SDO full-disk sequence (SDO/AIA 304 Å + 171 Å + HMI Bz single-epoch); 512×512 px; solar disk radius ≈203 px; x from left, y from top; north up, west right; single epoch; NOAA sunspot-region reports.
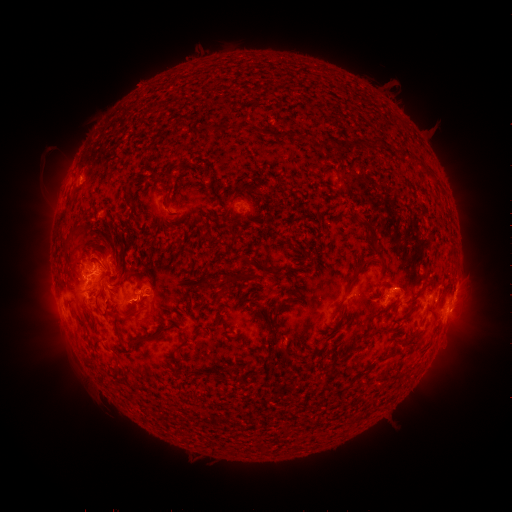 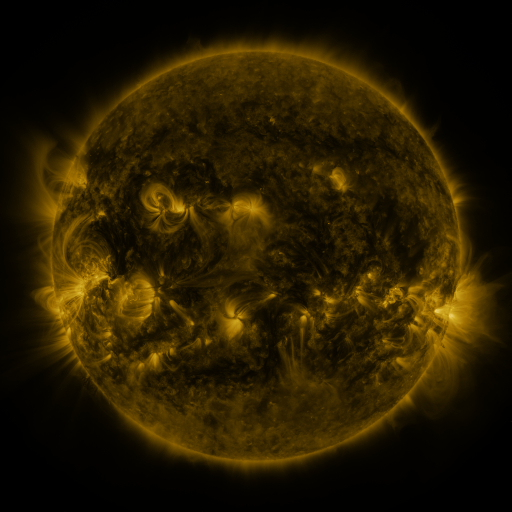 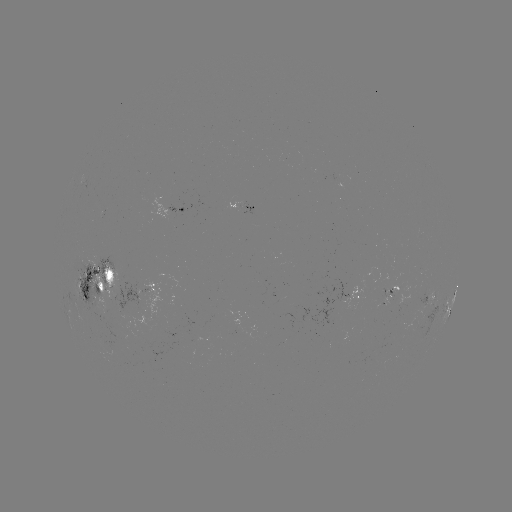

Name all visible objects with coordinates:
spotted active region: (242, 205)
spotted active region: (177, 209)
spotted active region: (95, 280)
spotted active region: (156, 288)
spotted active region: (401, 290)
spotted active region: (357, 295)
spotted active region: (429, 296)
spotted active region: (454, 297)
spotted active region: (444, 309)
